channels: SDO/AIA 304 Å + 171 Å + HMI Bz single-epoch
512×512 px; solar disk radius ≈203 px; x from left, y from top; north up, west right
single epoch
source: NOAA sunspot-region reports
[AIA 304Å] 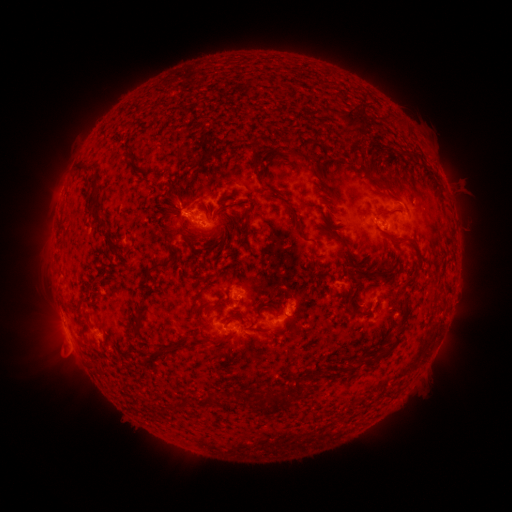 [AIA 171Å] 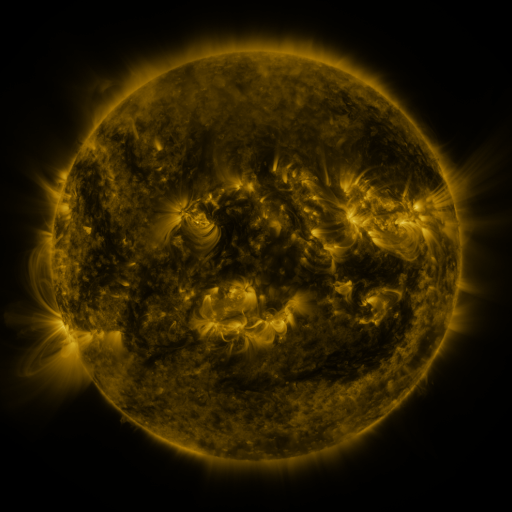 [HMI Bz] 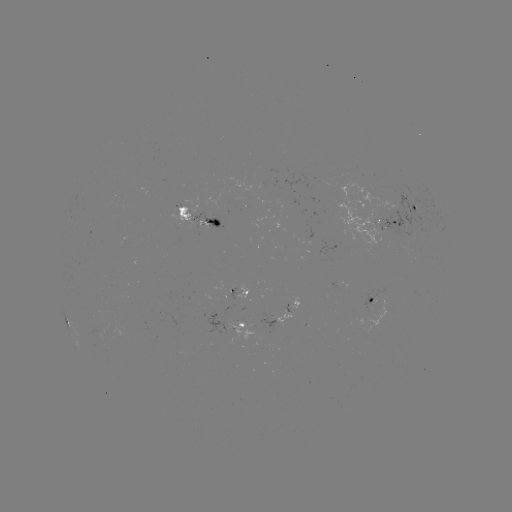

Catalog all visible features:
spotted active region: (416, 206)
spotted active region: (198, 218)
spotted active region: (378, 223)
spotted active region: (241, 289)
spotted active region: (374, 301)
spotted active region: (280, 314)
spotted active region: (245, 327)
